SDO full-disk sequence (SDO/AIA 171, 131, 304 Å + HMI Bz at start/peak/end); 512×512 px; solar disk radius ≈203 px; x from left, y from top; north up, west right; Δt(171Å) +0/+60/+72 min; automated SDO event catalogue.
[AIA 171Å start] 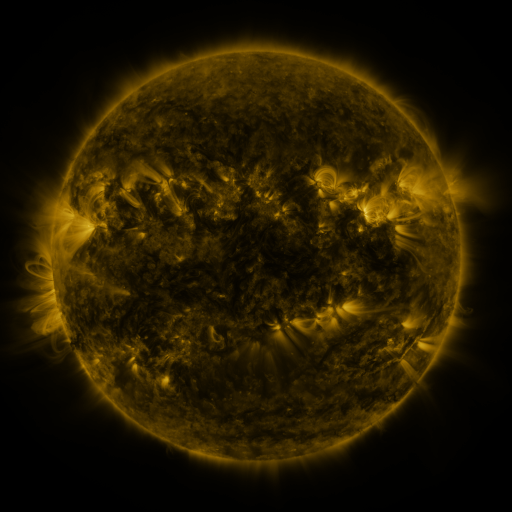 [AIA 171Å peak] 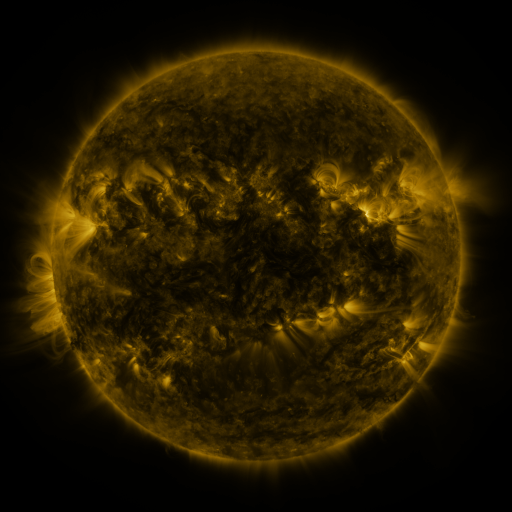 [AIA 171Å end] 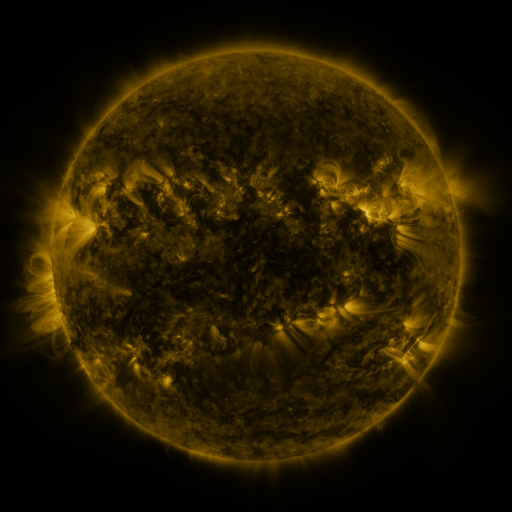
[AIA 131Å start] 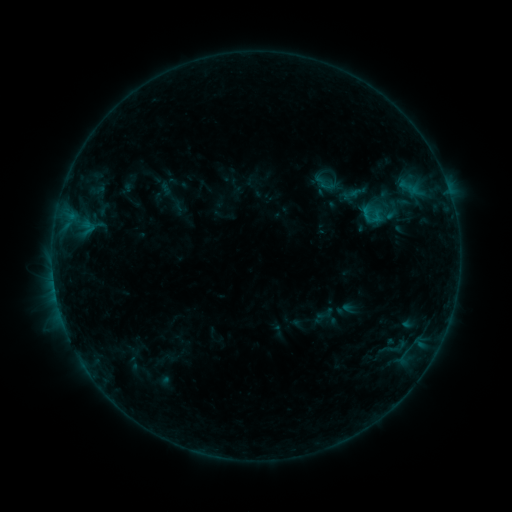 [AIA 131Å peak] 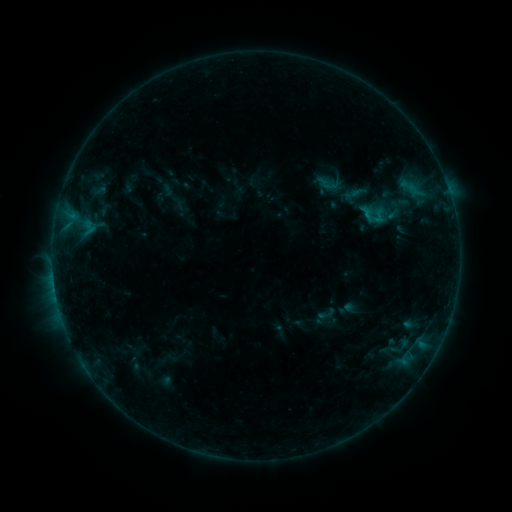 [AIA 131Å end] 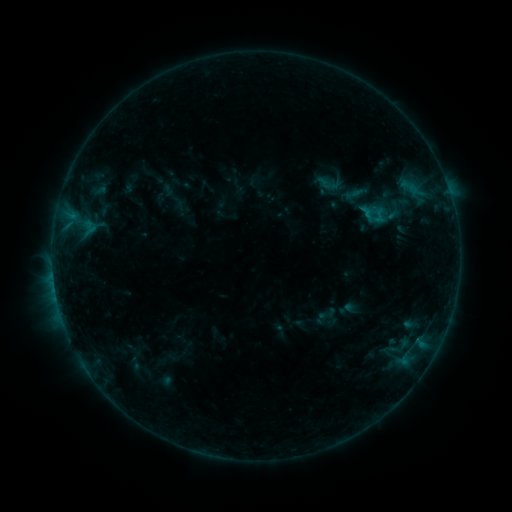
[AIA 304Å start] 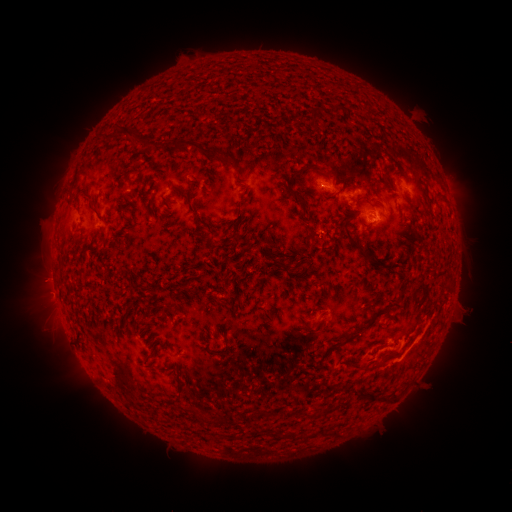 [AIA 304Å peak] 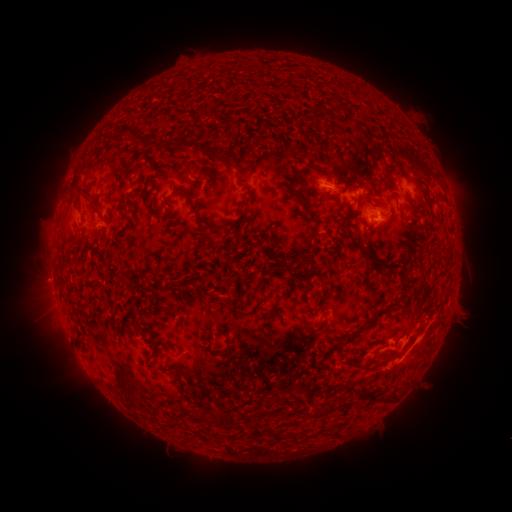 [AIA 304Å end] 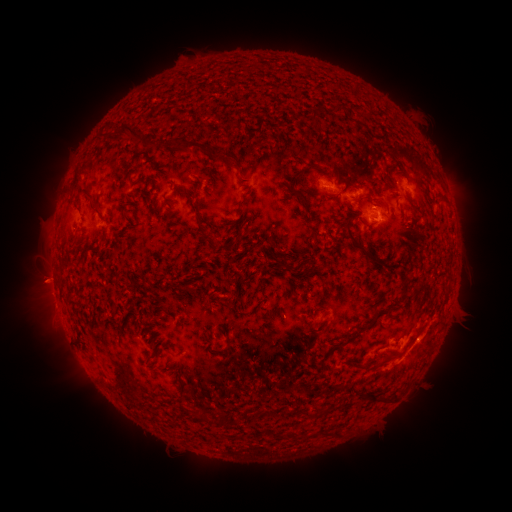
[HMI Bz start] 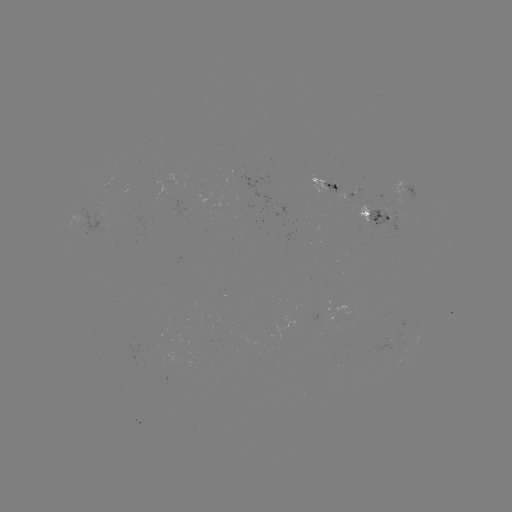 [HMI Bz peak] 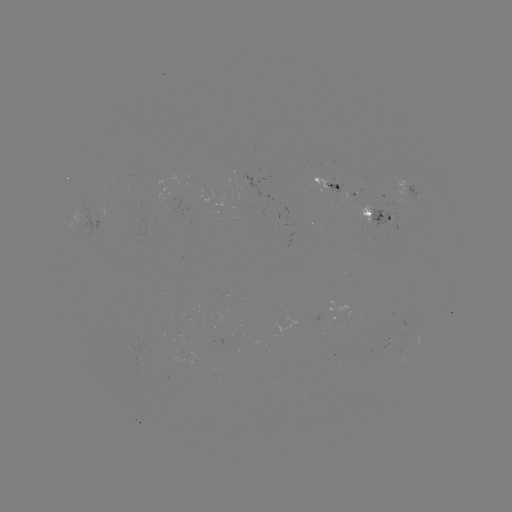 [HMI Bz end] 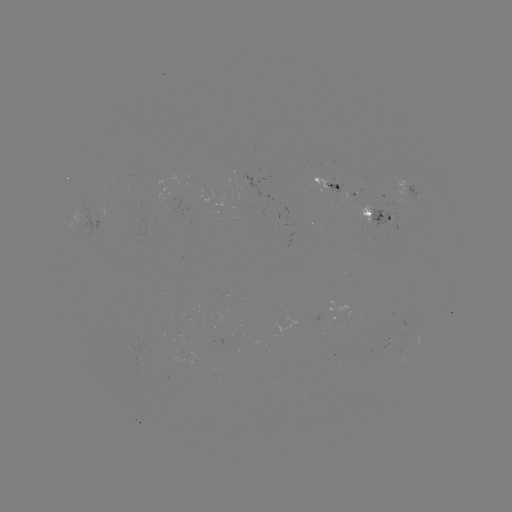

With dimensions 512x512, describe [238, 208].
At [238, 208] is emerging-flux region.